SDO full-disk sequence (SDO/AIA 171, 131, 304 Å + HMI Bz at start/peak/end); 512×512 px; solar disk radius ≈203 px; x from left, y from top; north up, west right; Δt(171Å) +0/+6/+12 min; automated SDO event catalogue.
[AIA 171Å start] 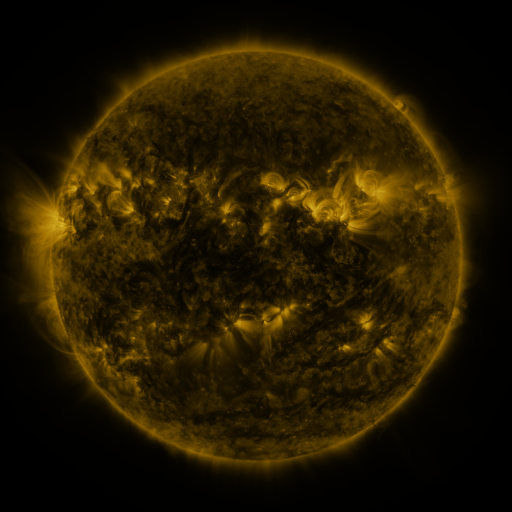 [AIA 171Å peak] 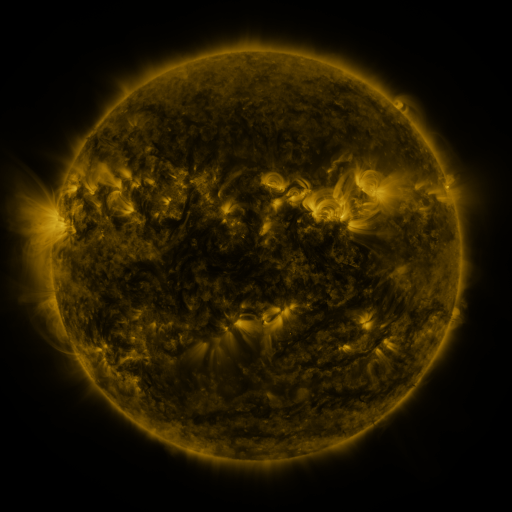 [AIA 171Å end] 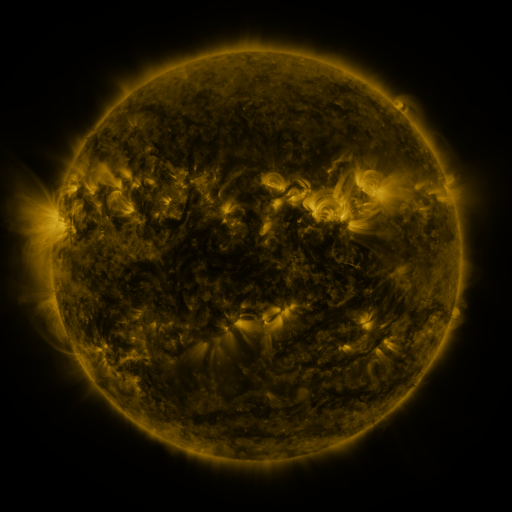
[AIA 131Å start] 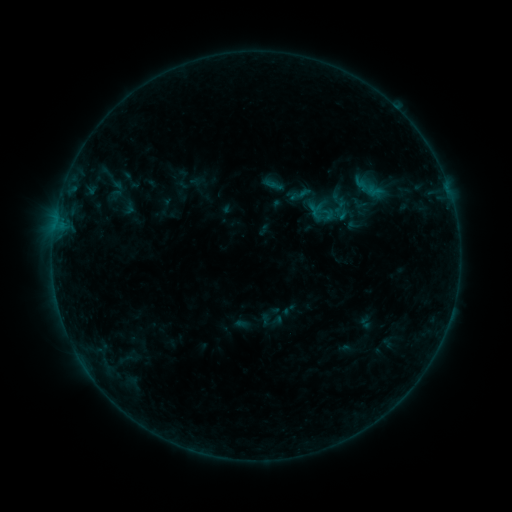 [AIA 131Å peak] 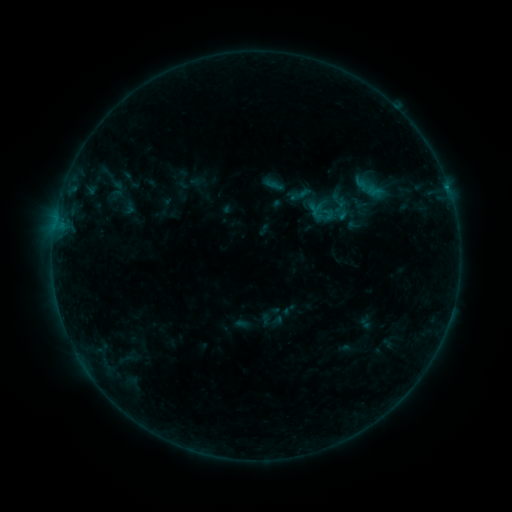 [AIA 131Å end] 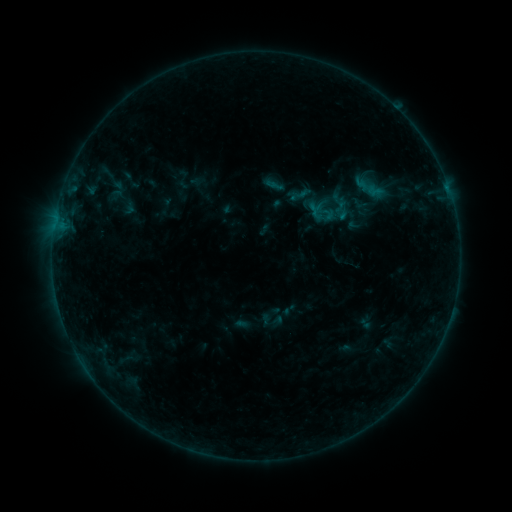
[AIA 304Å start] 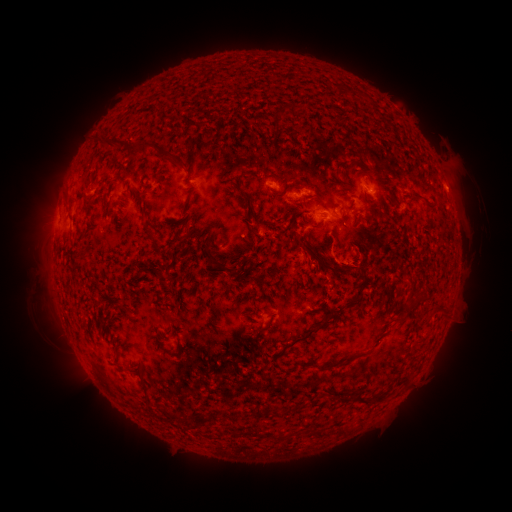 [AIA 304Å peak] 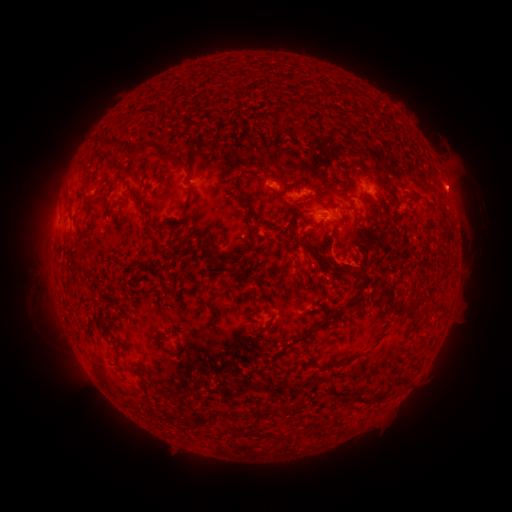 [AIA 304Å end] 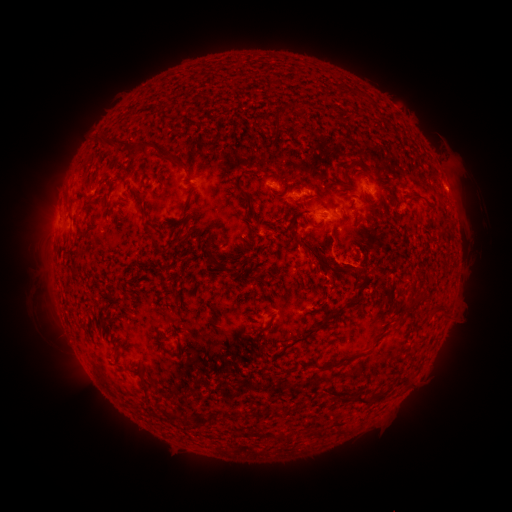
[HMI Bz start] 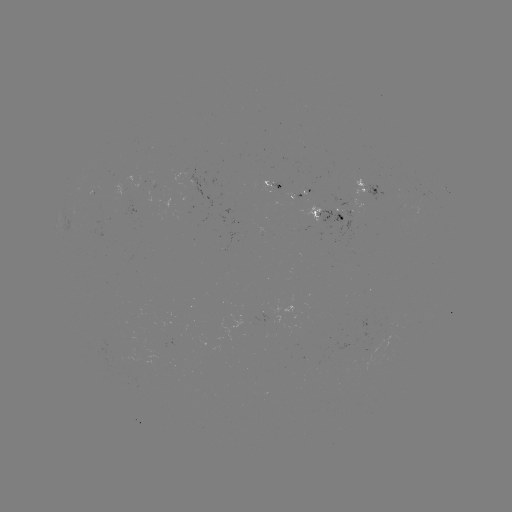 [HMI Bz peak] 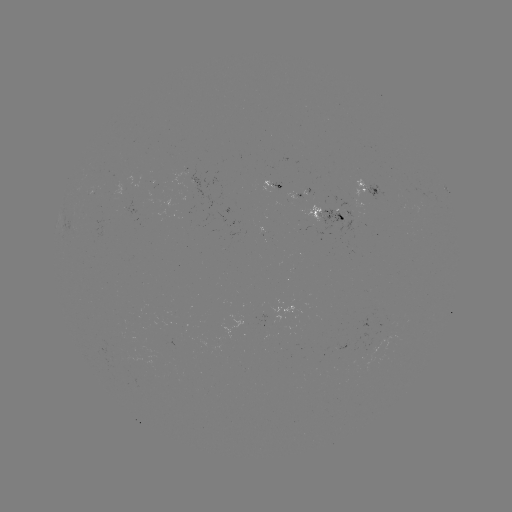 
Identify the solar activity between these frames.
eruption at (458, 184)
